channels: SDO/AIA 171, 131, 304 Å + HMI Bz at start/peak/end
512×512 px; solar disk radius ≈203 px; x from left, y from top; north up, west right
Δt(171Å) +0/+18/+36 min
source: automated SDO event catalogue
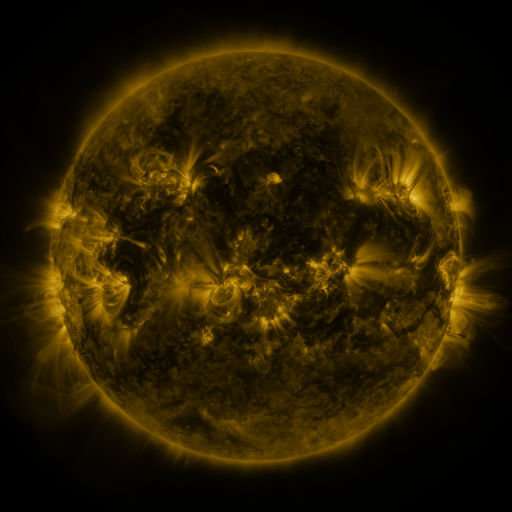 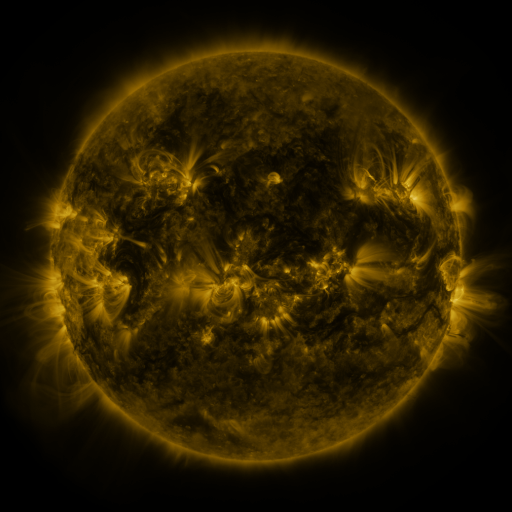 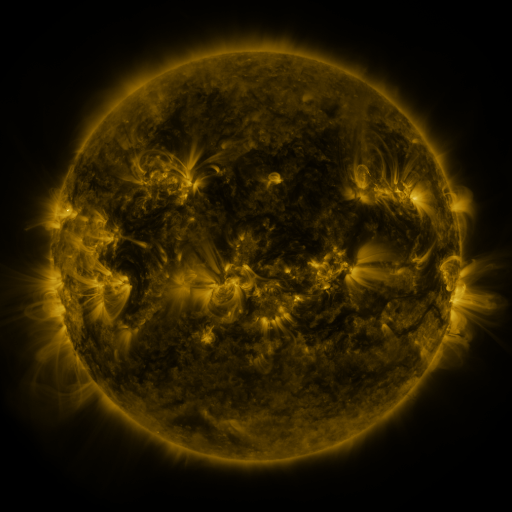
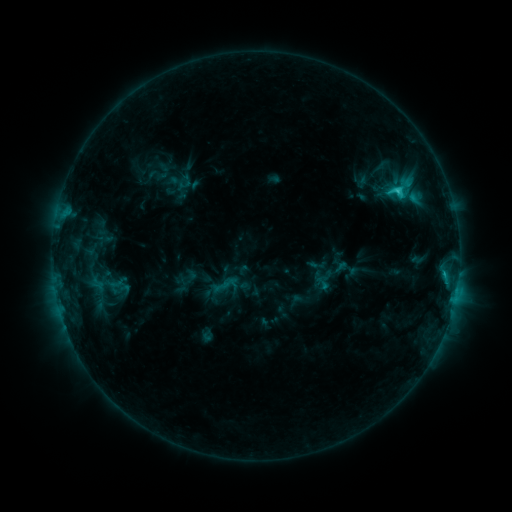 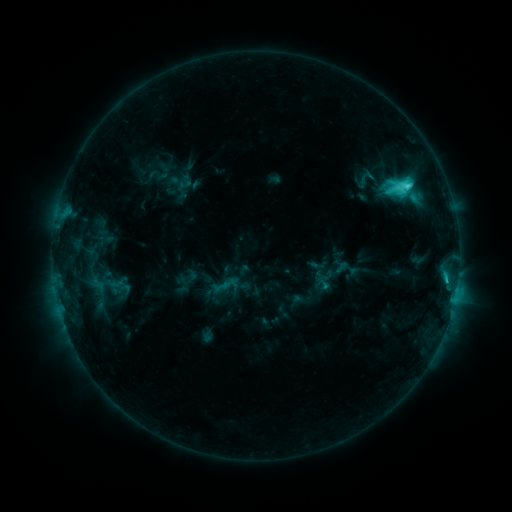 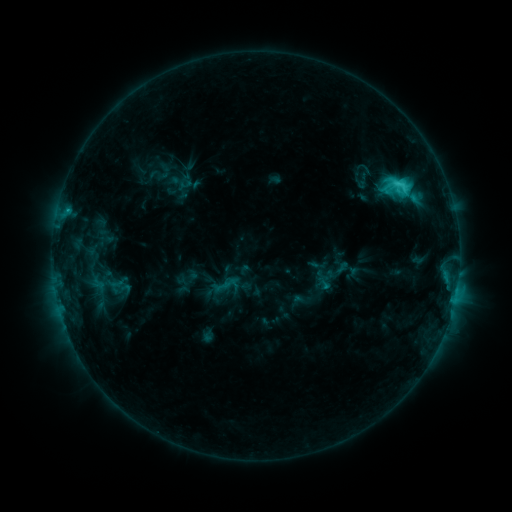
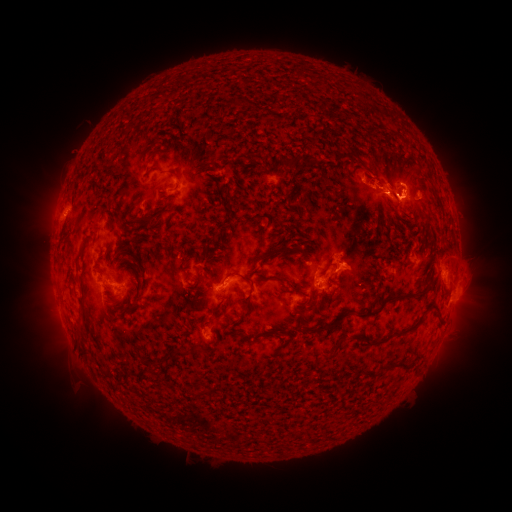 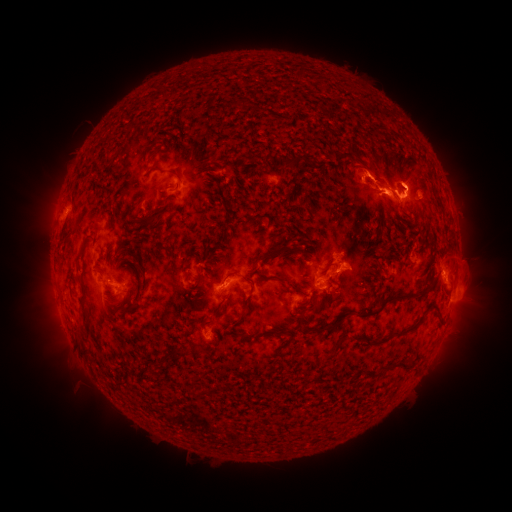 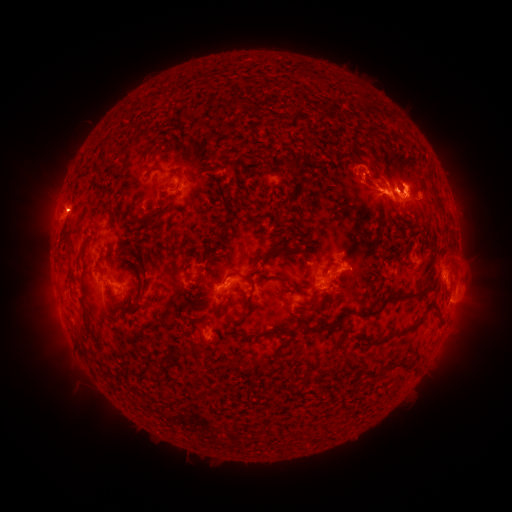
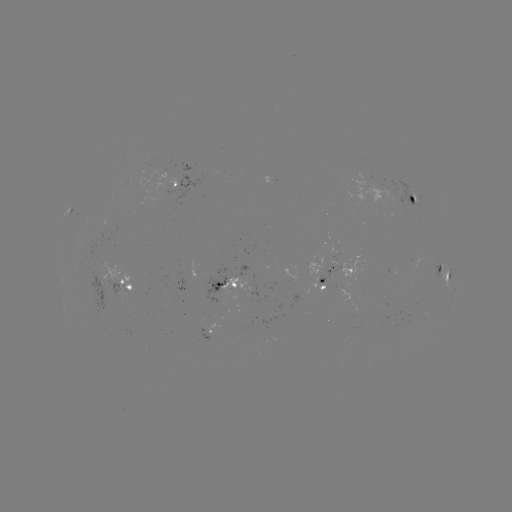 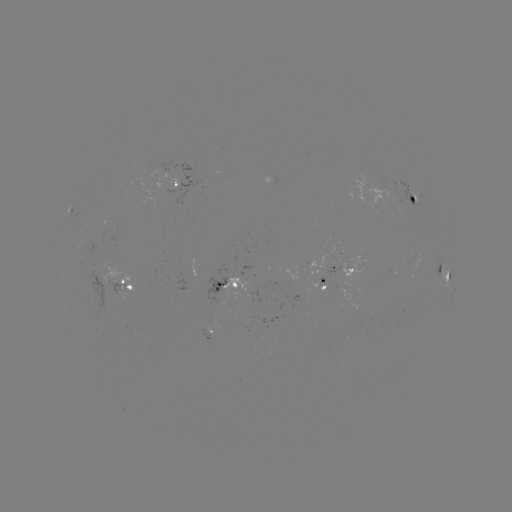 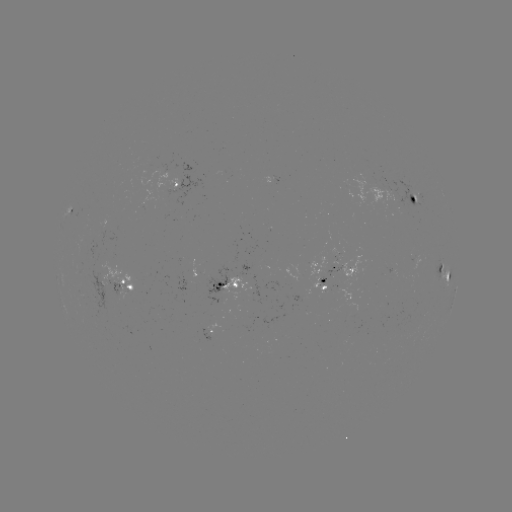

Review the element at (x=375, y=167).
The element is eruption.